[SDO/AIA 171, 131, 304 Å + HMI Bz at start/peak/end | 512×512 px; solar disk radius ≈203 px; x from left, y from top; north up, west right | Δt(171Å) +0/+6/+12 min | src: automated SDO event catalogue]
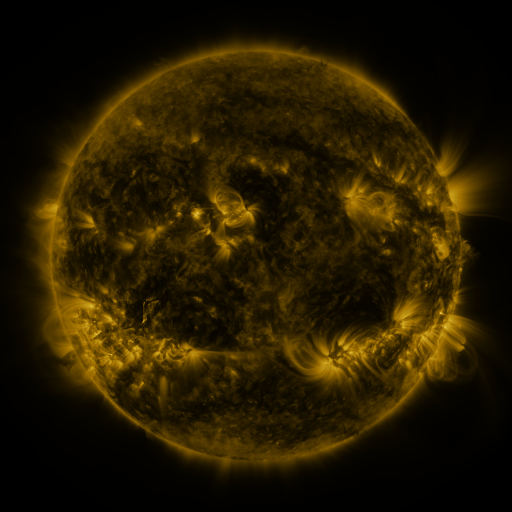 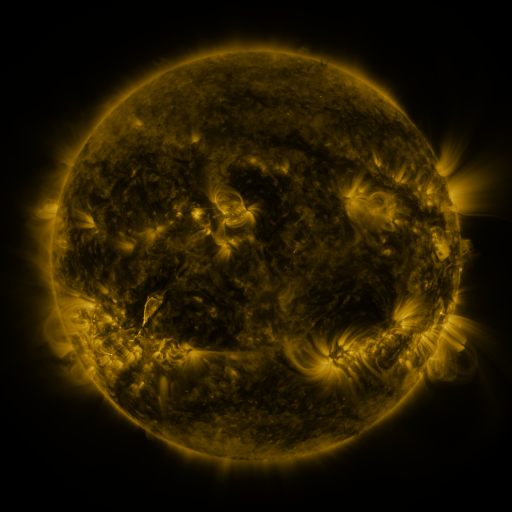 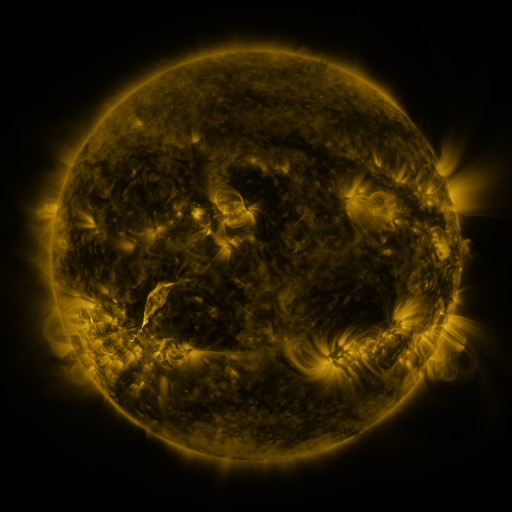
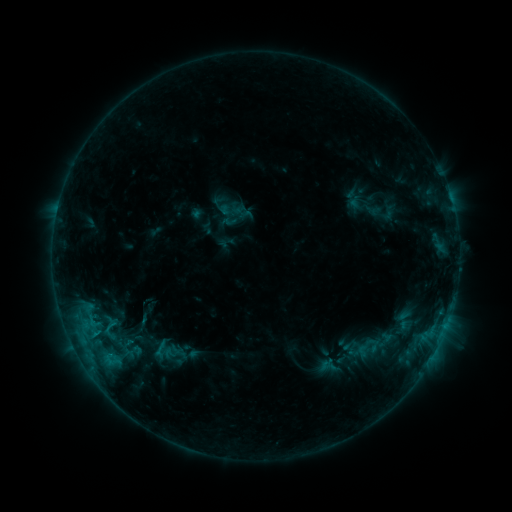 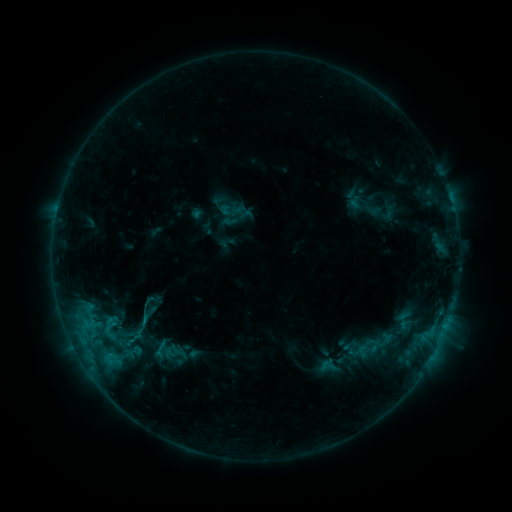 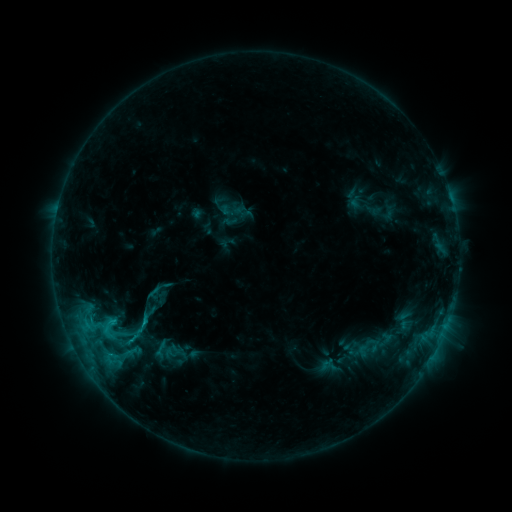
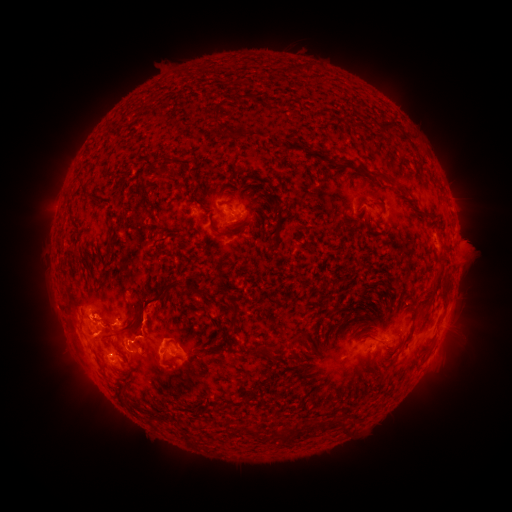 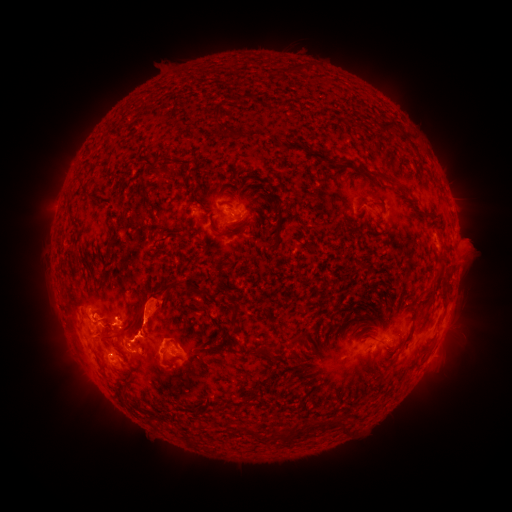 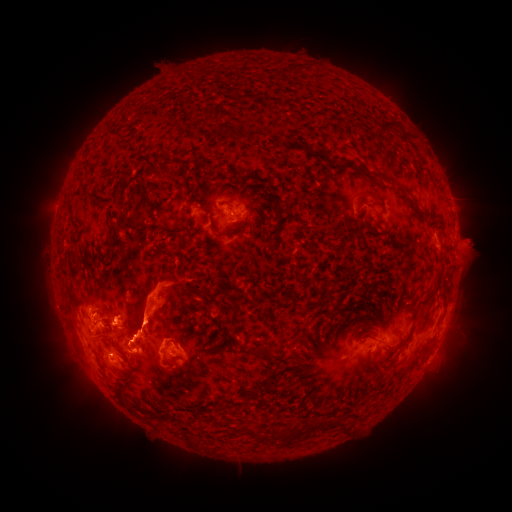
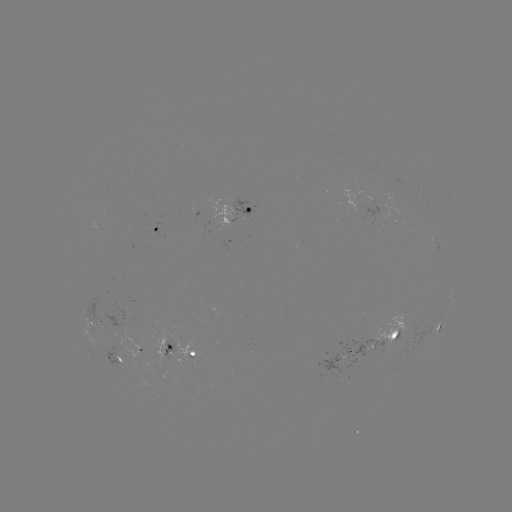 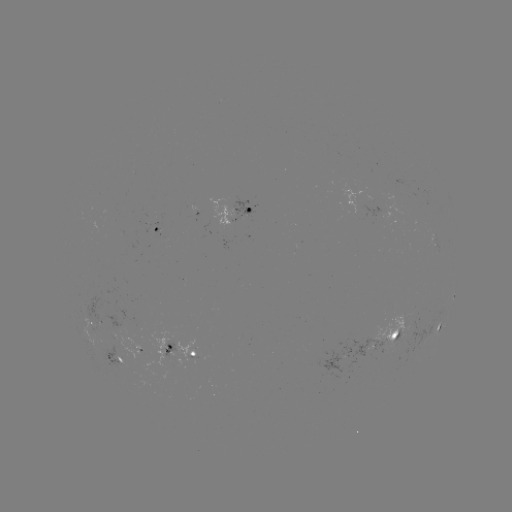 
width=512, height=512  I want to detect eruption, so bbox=[55, 288, 93, 345].